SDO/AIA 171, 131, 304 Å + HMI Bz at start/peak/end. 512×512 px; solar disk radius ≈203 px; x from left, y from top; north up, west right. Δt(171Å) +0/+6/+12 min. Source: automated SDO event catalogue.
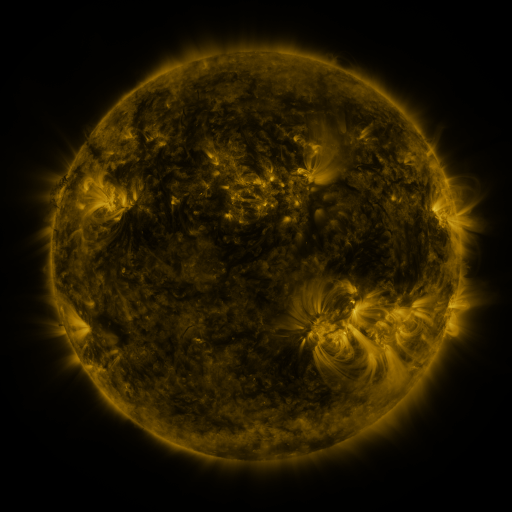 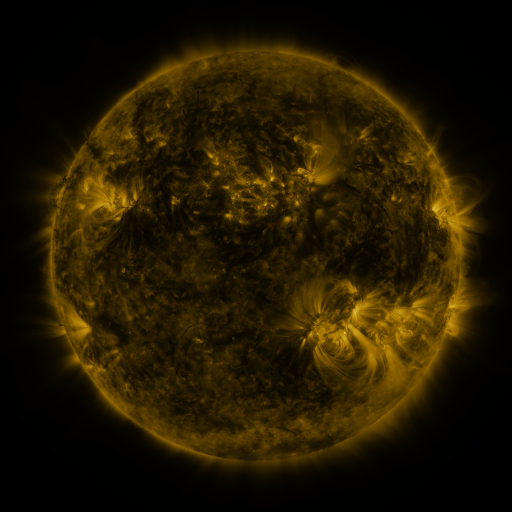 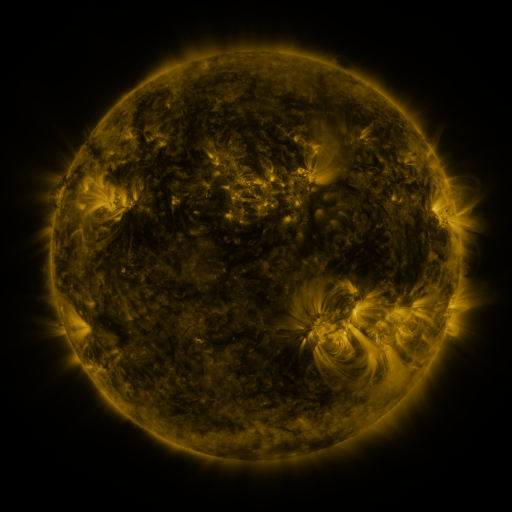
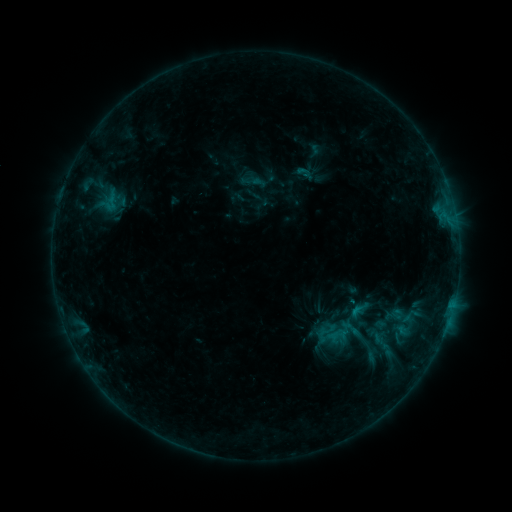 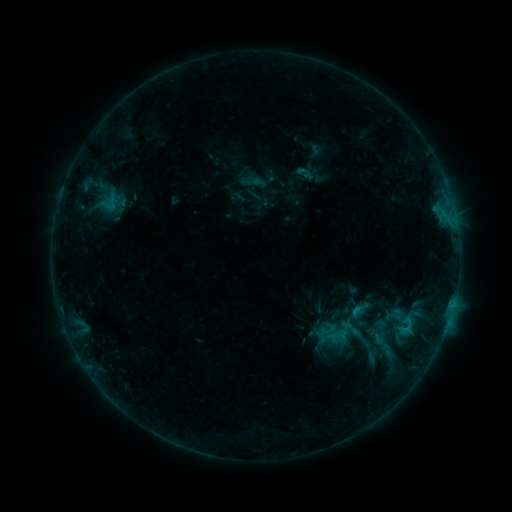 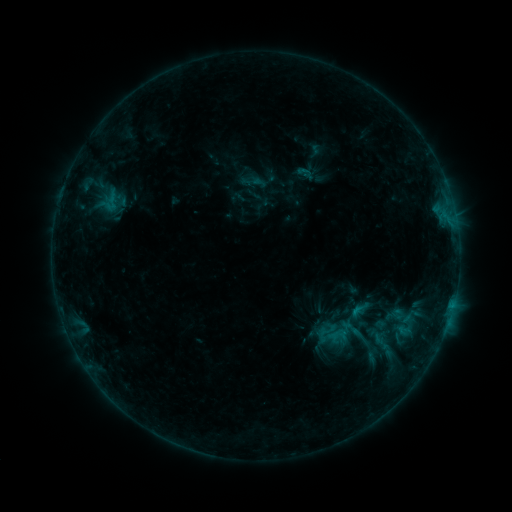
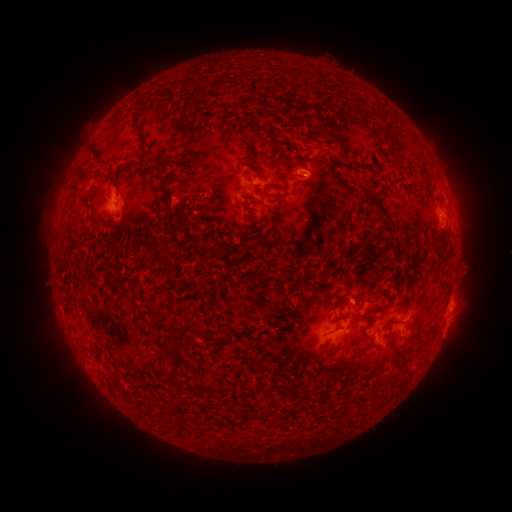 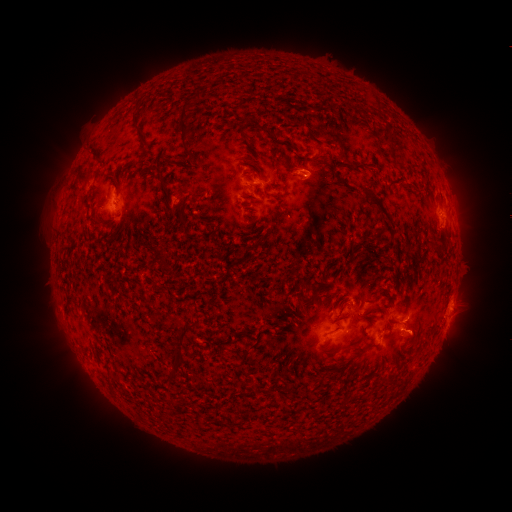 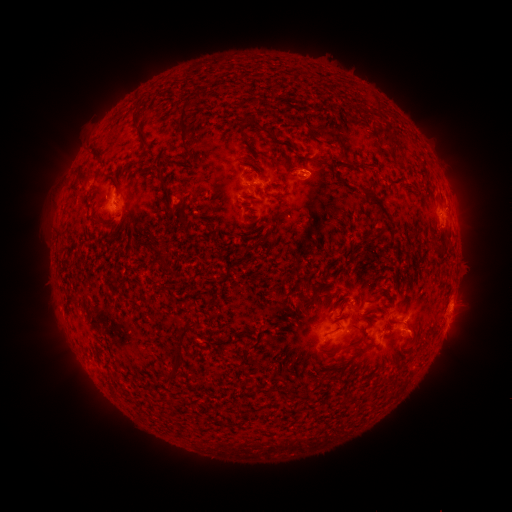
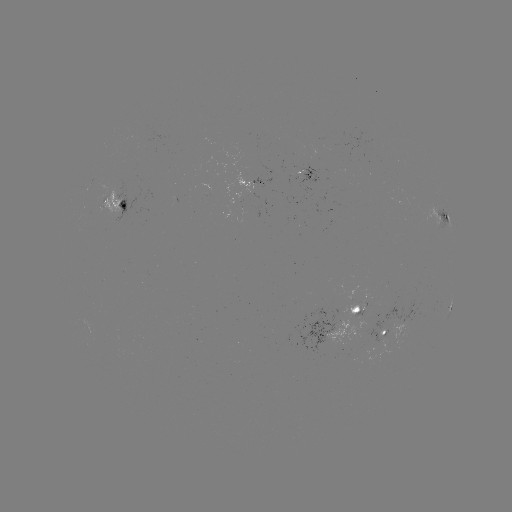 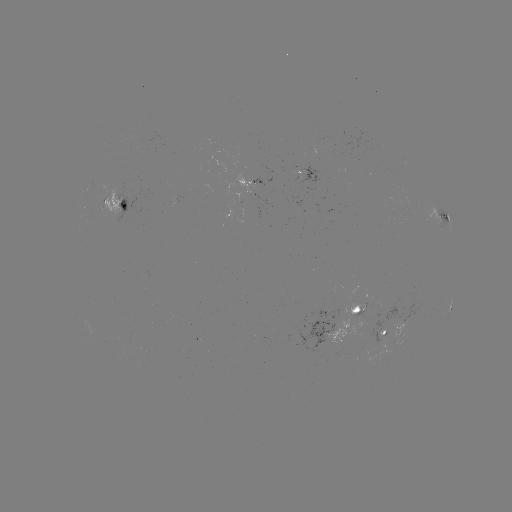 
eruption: (391, 313, 435, 356)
